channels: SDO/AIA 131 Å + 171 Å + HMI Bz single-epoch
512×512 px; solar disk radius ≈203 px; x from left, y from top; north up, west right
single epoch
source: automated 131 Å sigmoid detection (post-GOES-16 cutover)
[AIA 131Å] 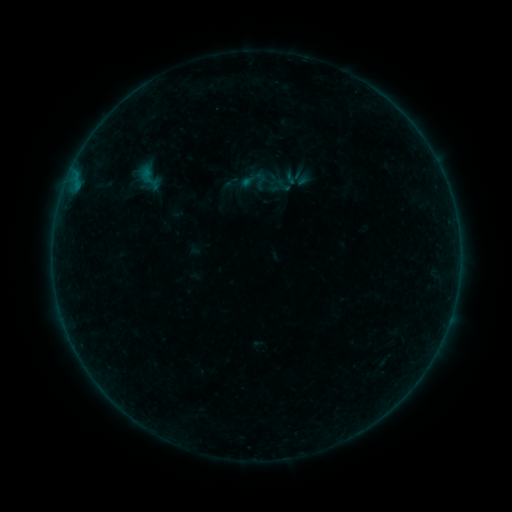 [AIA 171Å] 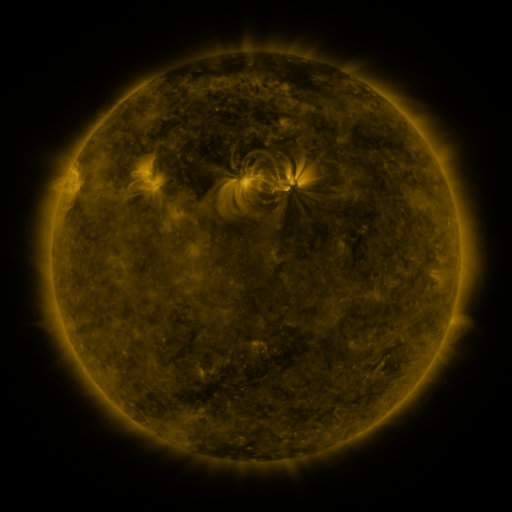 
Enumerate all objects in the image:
sigmoid: <bbox>134, 161, 166, 196</bbox>
sigmoid: <bbox>249, 170, 270, 190</bbox>
